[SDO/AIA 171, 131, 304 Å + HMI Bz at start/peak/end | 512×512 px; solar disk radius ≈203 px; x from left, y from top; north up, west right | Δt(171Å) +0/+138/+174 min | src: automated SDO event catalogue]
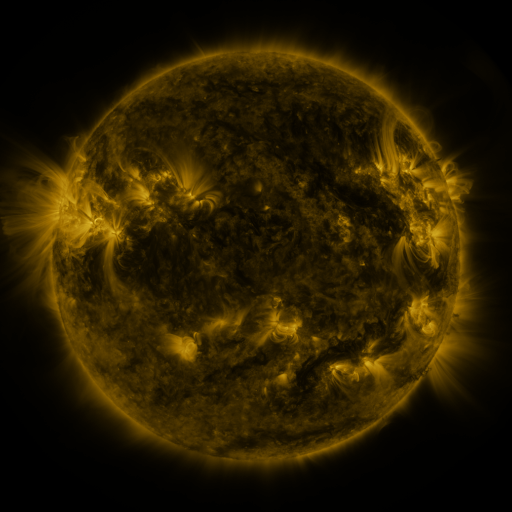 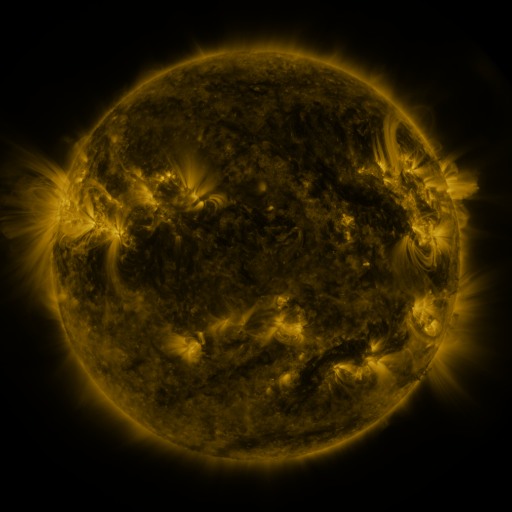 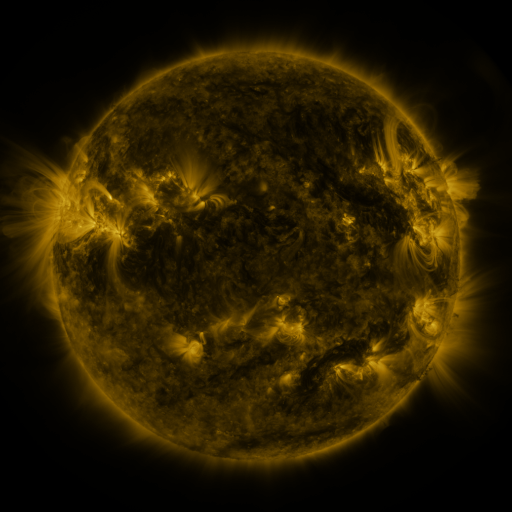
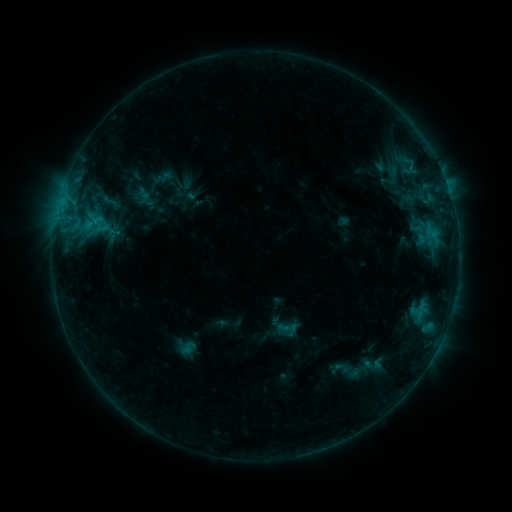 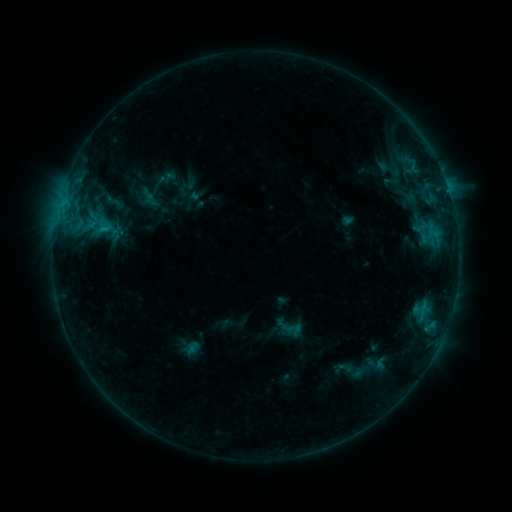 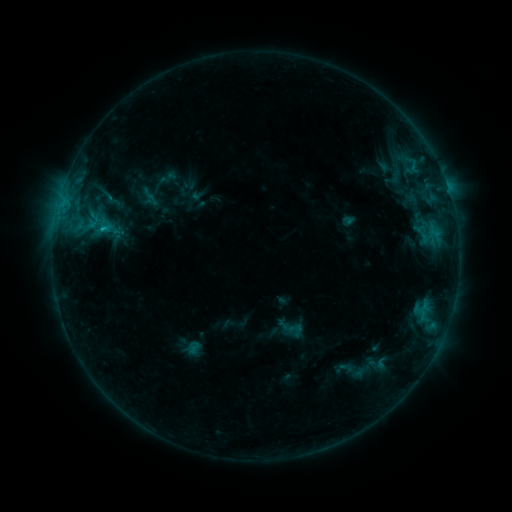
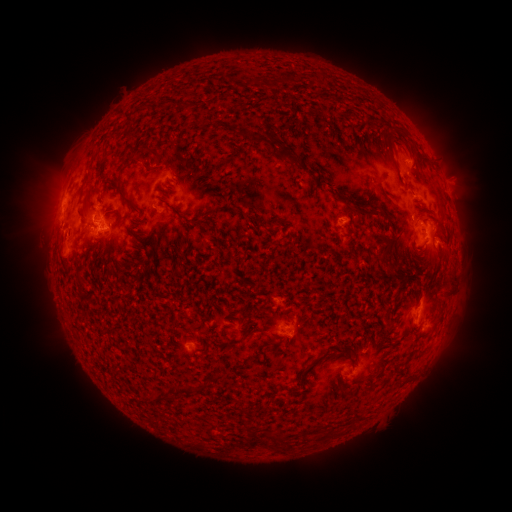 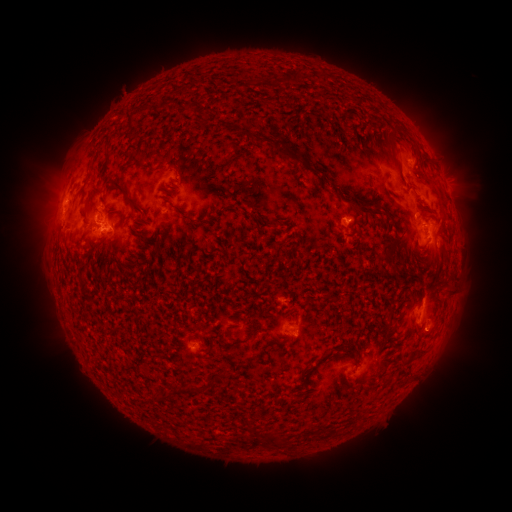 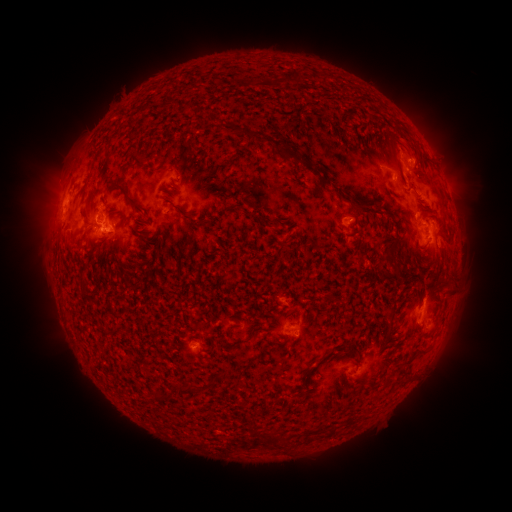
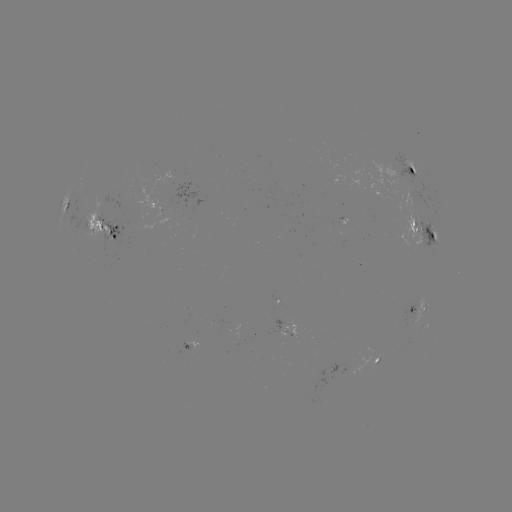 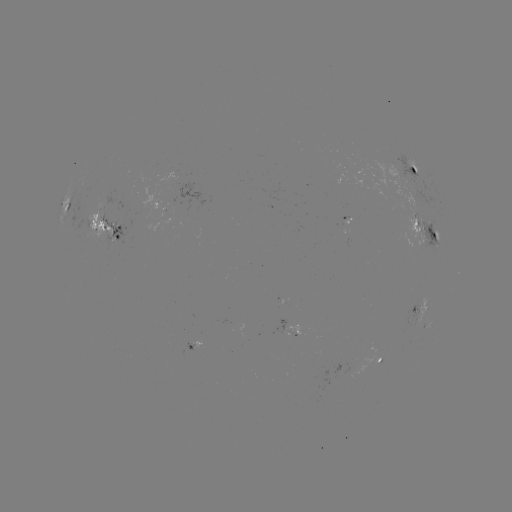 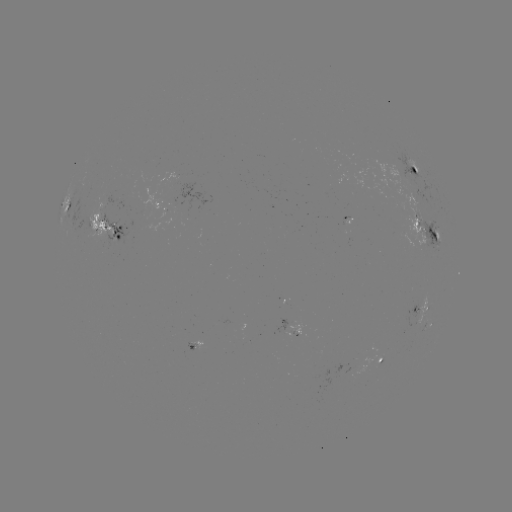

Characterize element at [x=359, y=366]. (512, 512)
emerging-flux region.